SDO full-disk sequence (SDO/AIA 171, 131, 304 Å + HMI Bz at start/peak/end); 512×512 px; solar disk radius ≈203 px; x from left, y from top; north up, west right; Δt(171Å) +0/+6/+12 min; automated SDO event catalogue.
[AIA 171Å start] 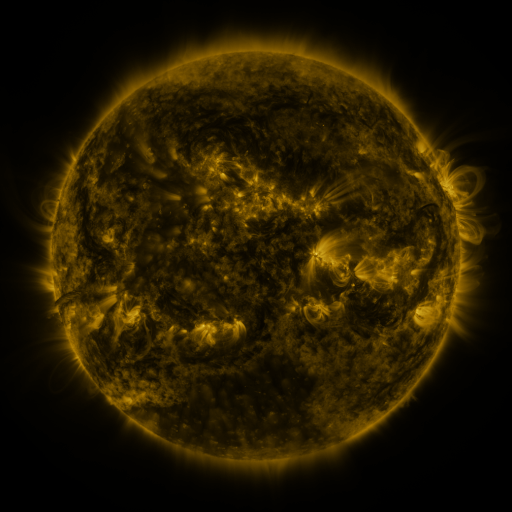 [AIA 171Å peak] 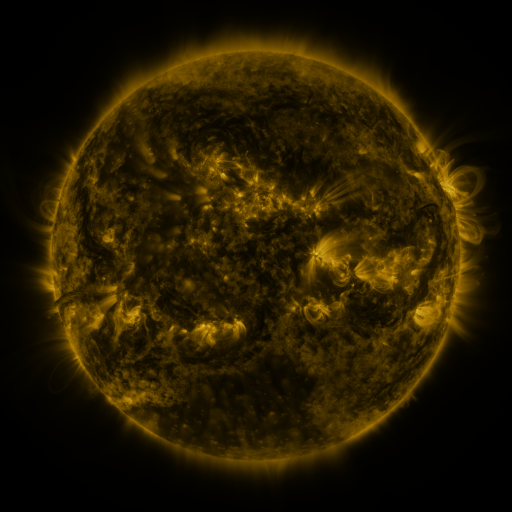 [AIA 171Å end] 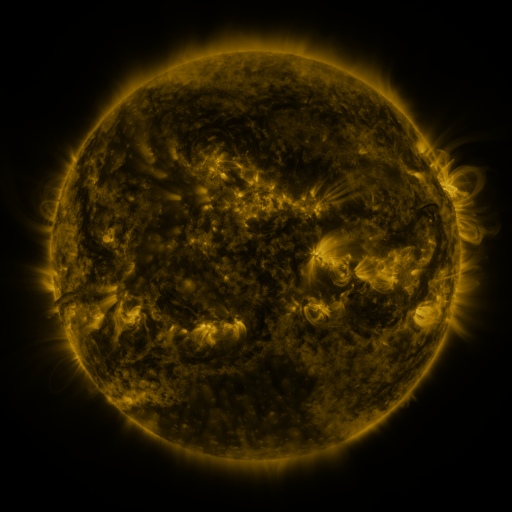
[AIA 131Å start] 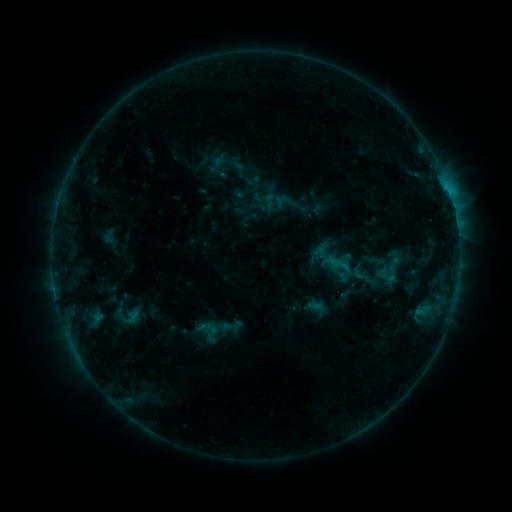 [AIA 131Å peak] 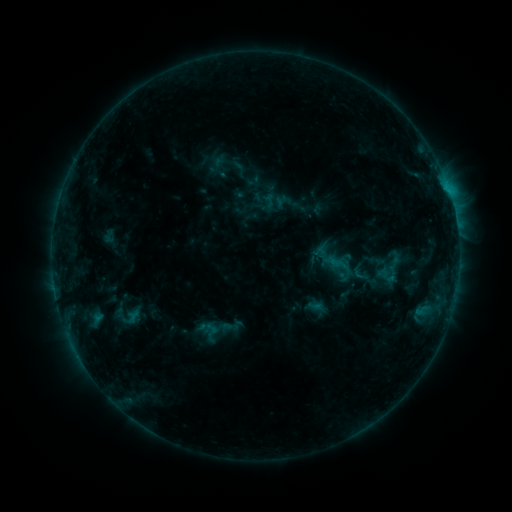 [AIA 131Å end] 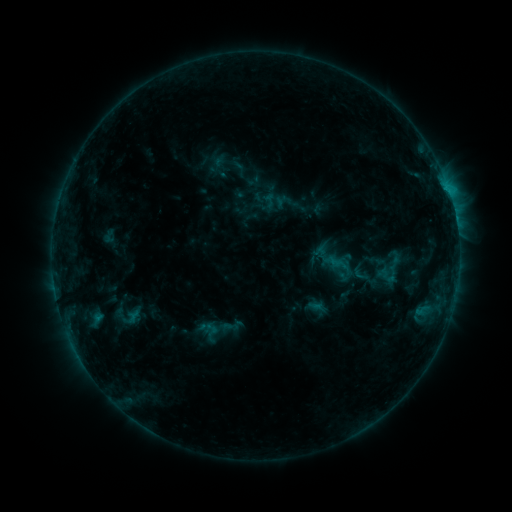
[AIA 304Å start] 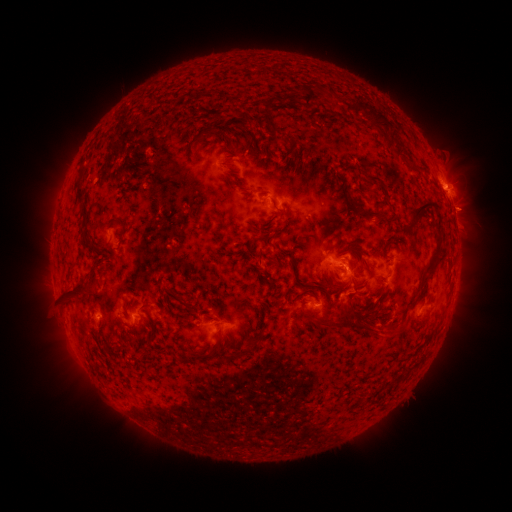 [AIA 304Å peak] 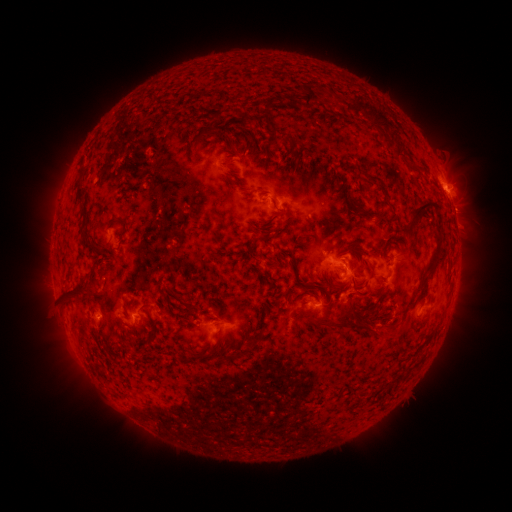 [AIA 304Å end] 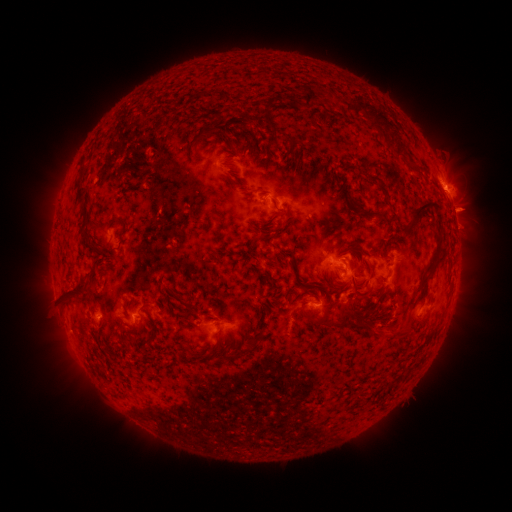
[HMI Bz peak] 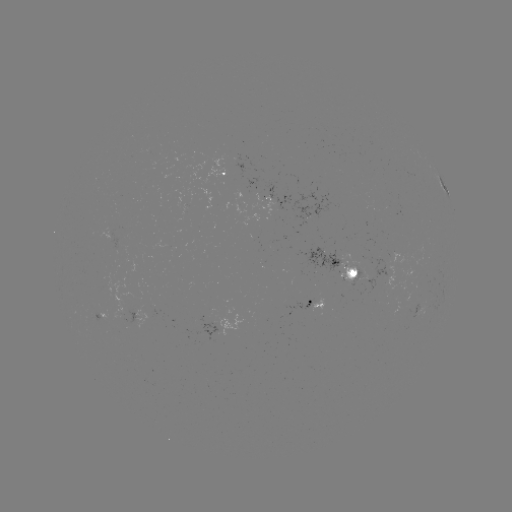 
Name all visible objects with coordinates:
eruption: (464, 213)
